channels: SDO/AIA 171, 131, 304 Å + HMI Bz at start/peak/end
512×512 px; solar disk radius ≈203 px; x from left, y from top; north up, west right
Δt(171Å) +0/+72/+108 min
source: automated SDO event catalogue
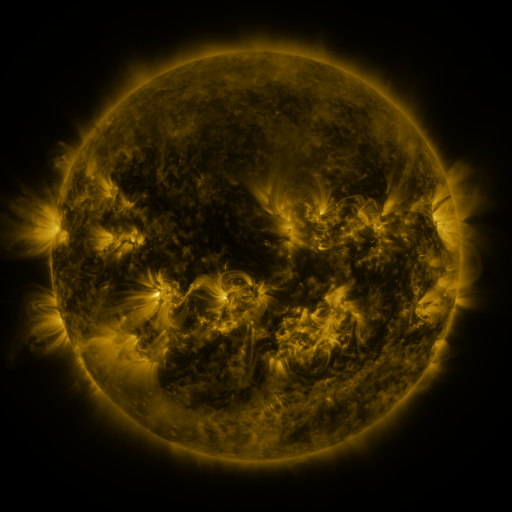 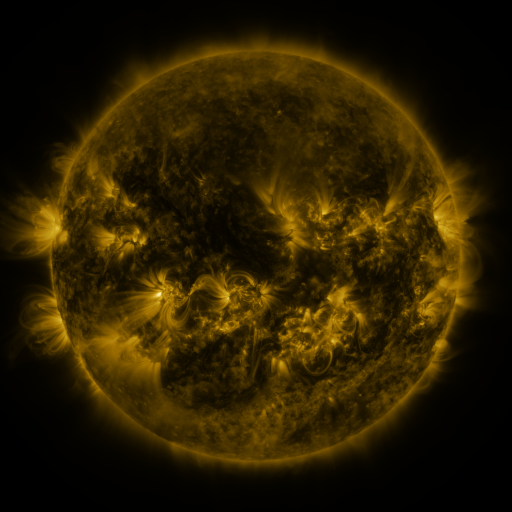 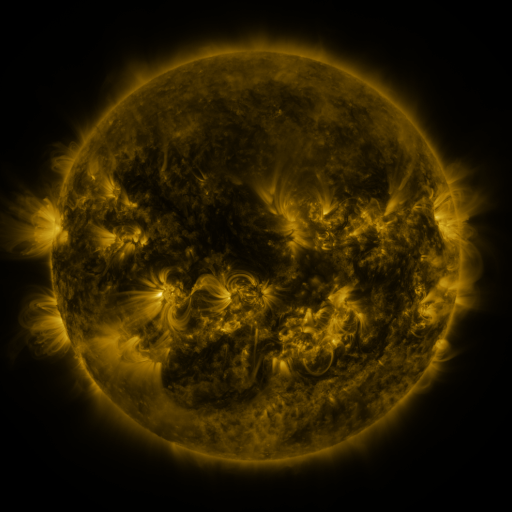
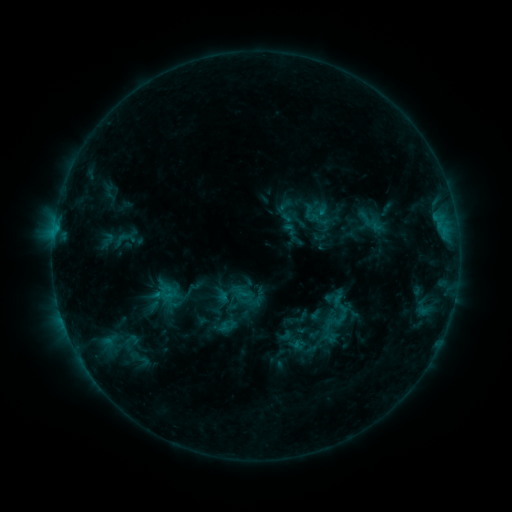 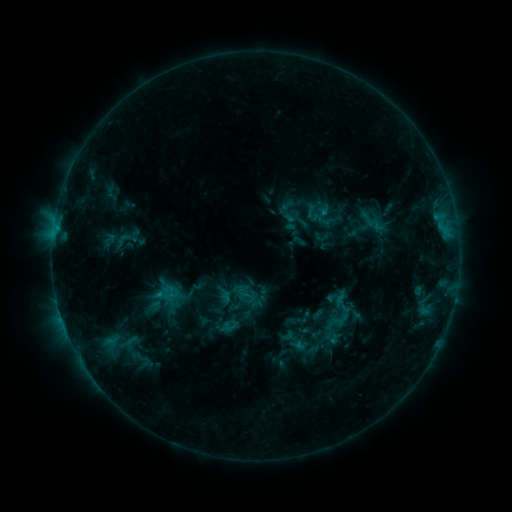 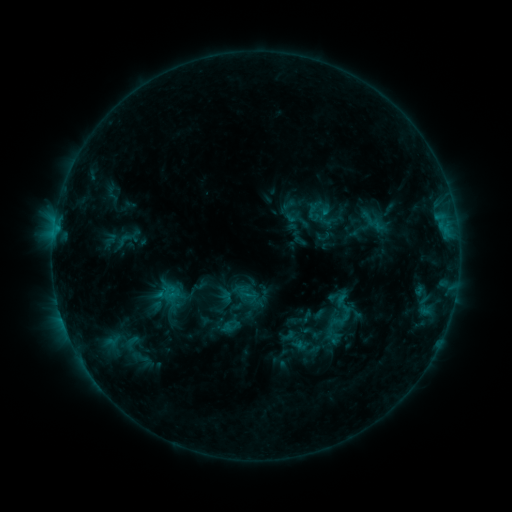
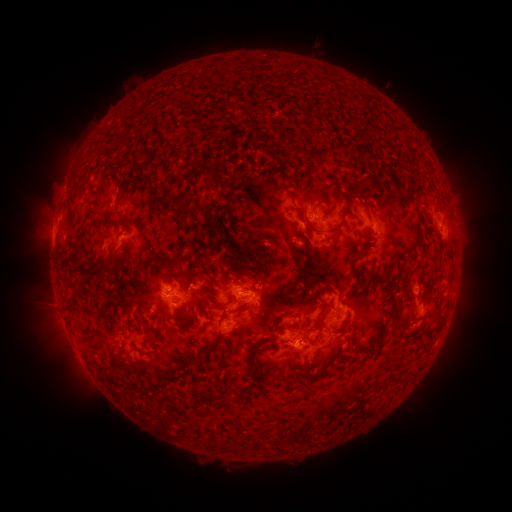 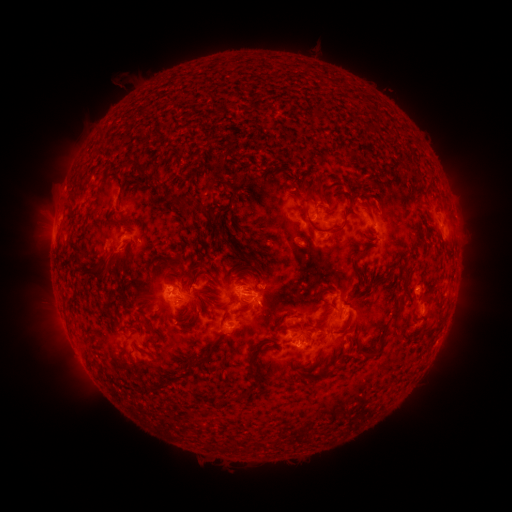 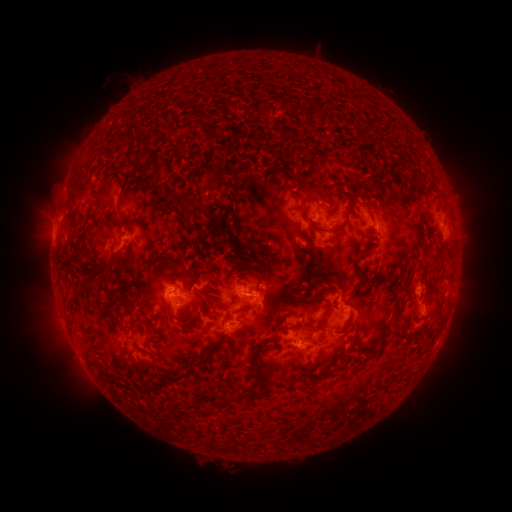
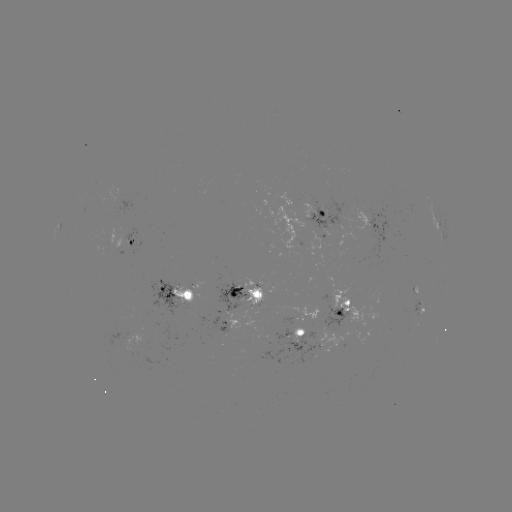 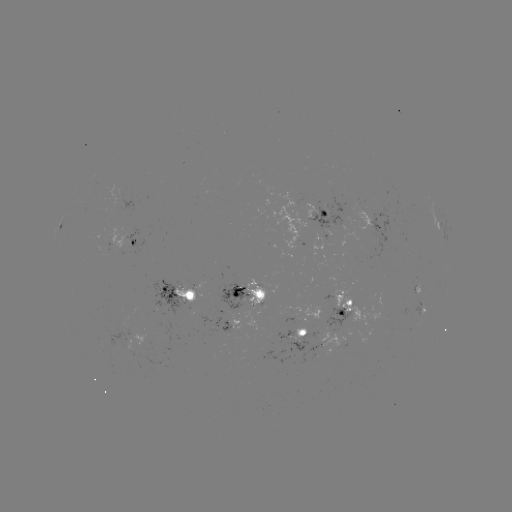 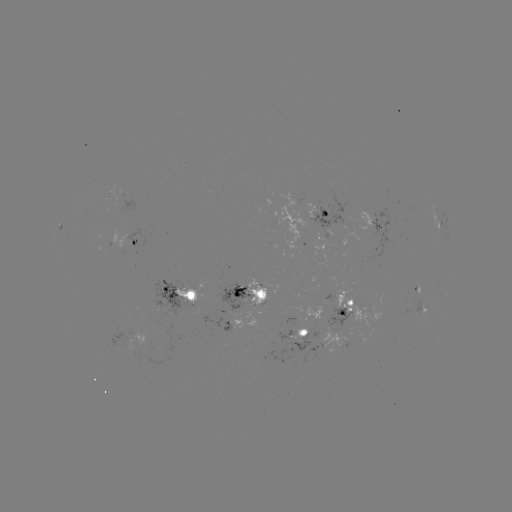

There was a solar emerging-flux region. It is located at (296, 335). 